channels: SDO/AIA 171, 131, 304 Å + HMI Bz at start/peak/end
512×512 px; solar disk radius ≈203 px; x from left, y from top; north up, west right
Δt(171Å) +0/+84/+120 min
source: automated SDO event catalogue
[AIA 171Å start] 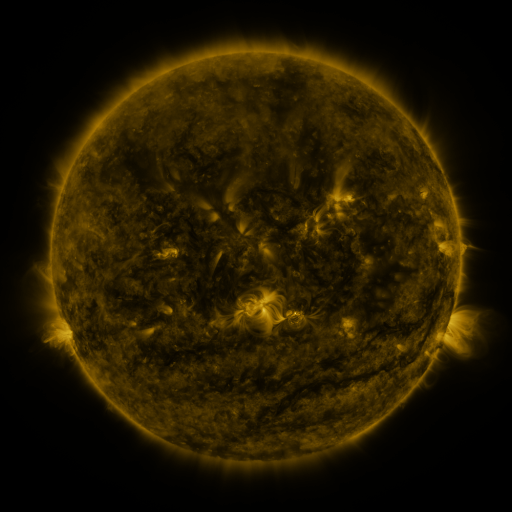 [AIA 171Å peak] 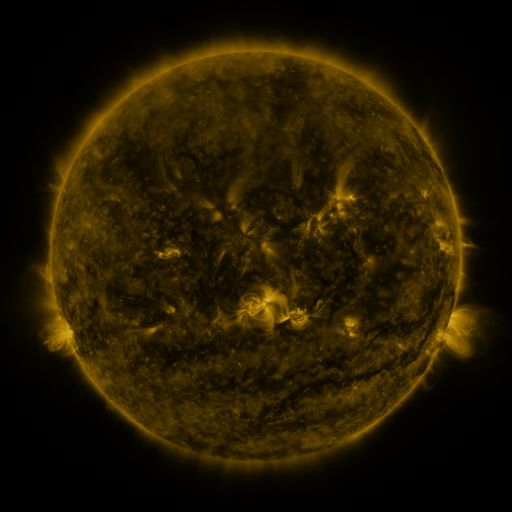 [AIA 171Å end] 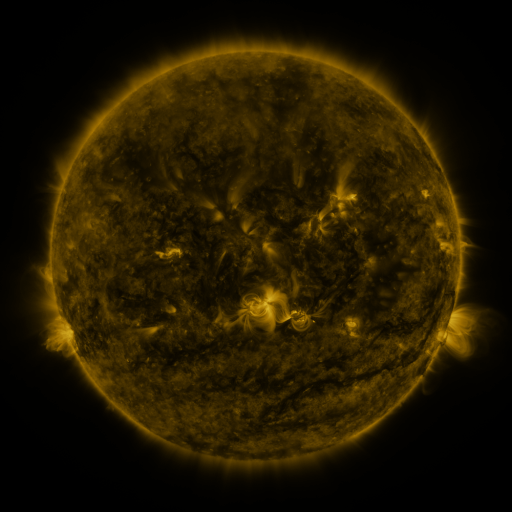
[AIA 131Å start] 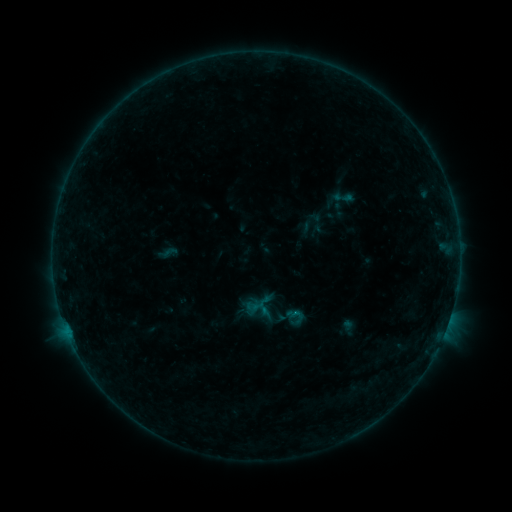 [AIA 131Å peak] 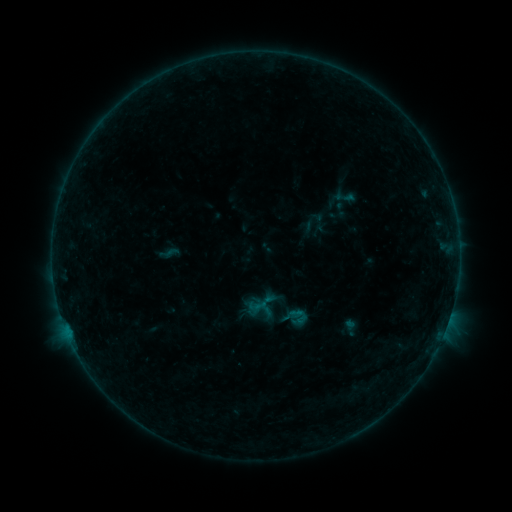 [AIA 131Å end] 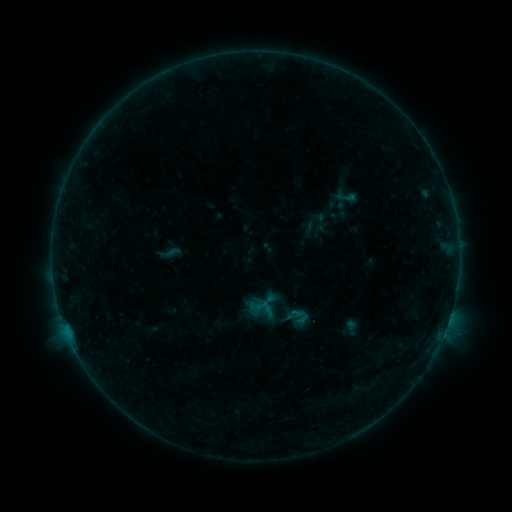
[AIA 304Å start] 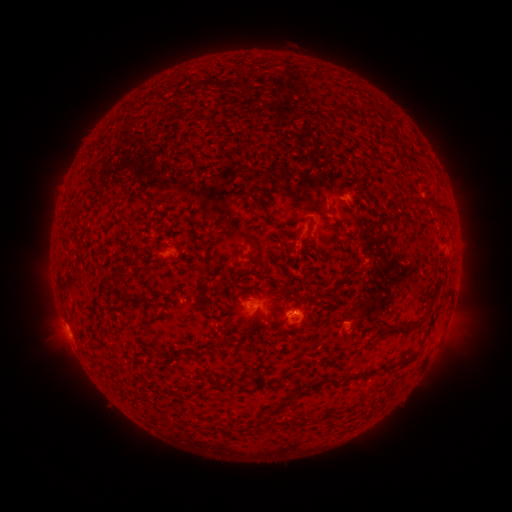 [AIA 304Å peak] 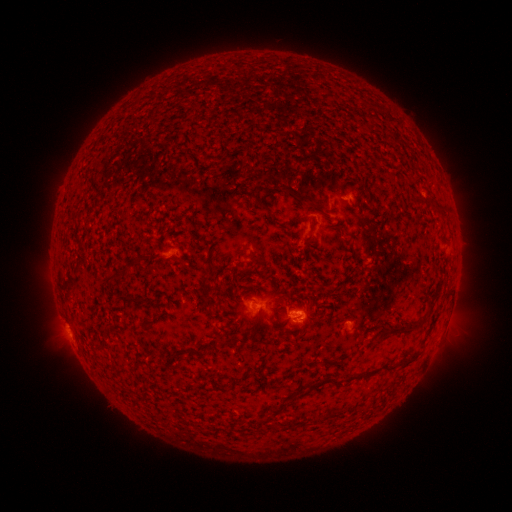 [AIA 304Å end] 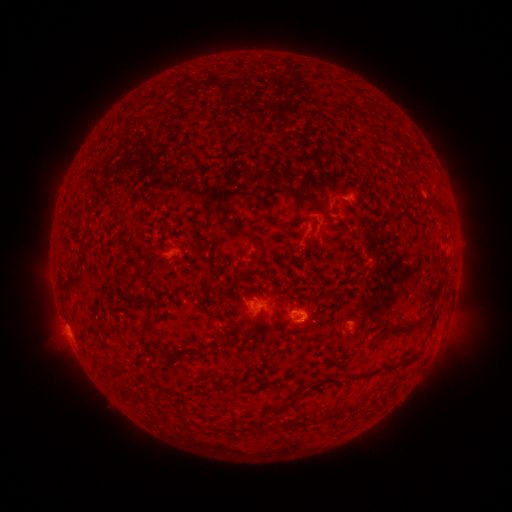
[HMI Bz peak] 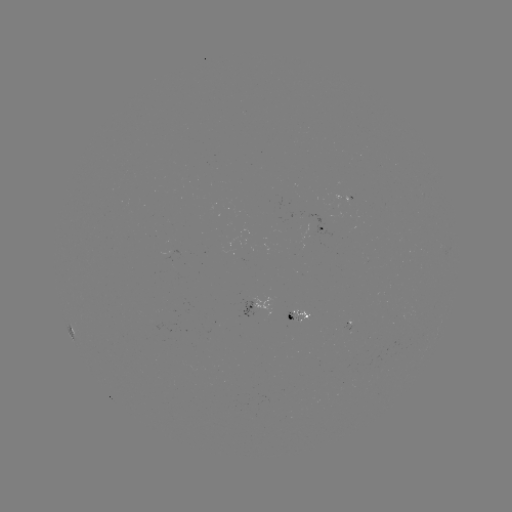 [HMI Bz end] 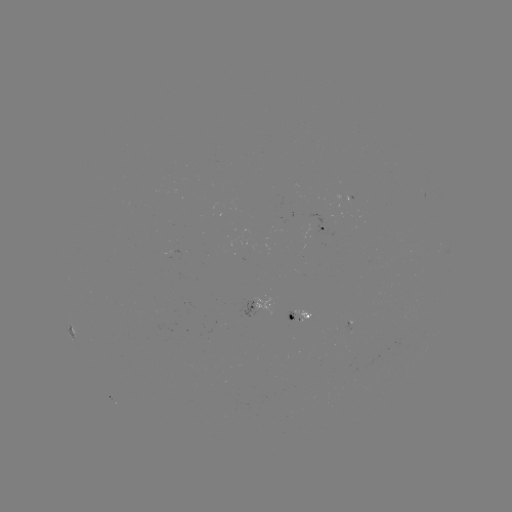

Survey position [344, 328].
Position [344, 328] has emerging-flux region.